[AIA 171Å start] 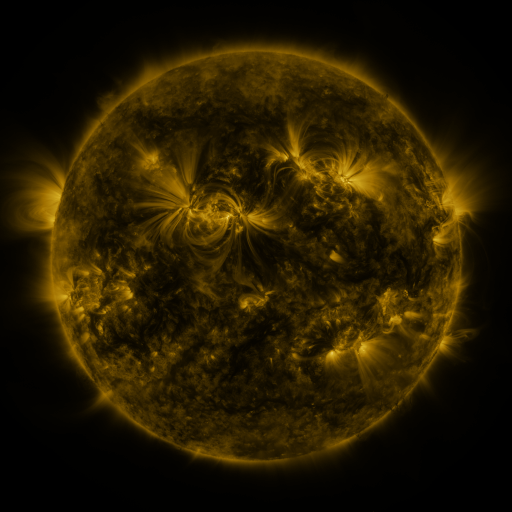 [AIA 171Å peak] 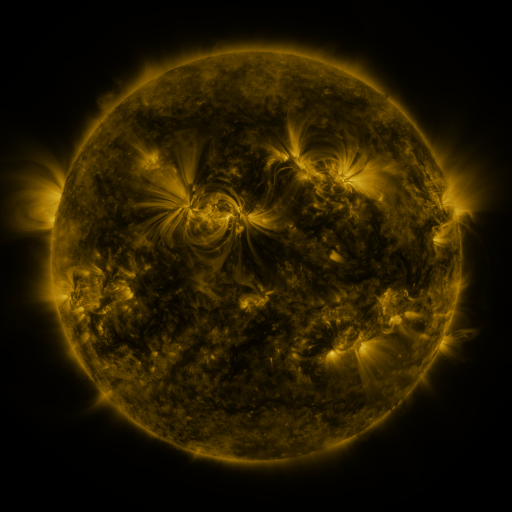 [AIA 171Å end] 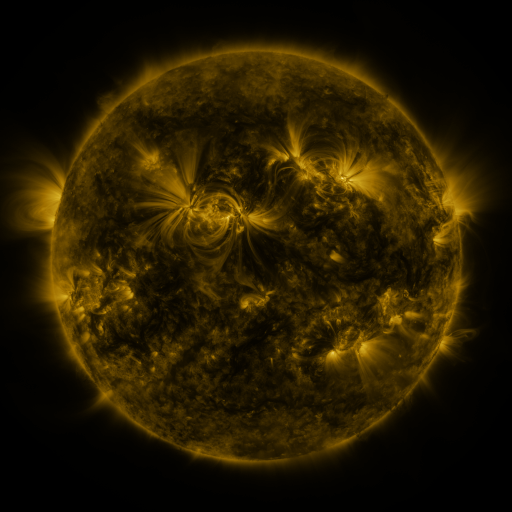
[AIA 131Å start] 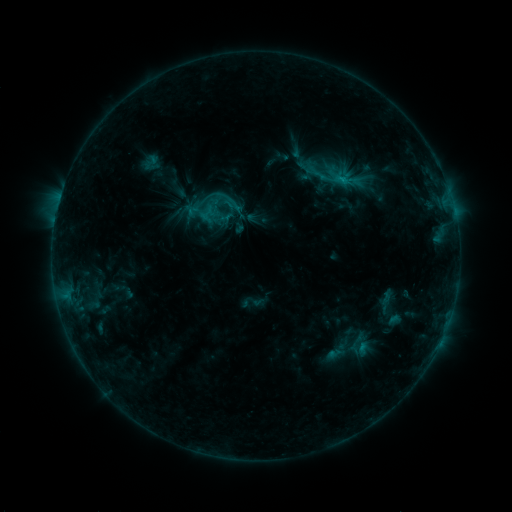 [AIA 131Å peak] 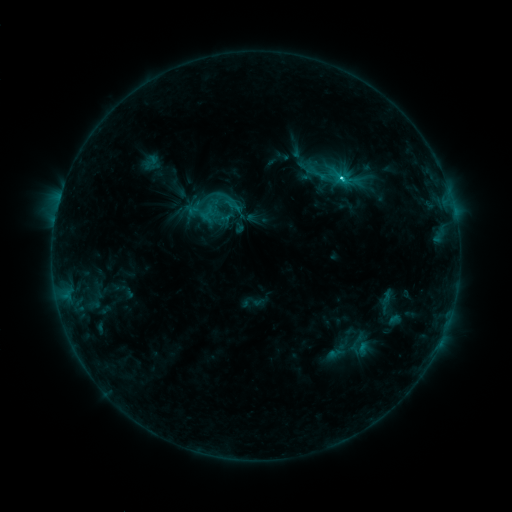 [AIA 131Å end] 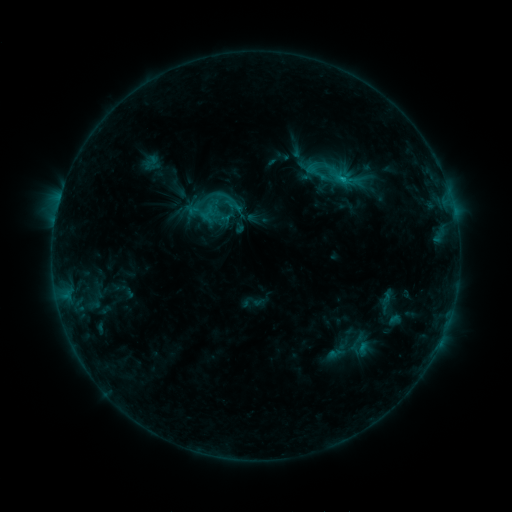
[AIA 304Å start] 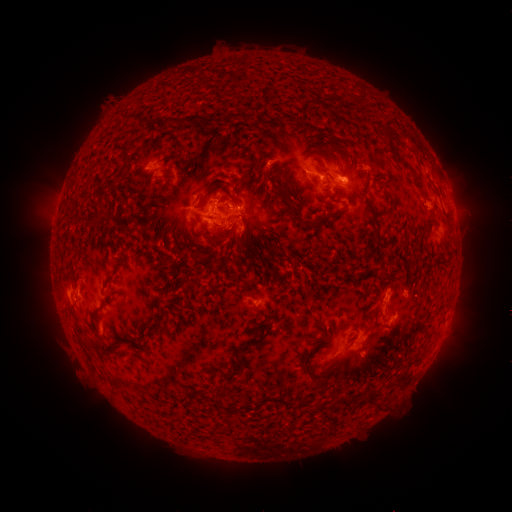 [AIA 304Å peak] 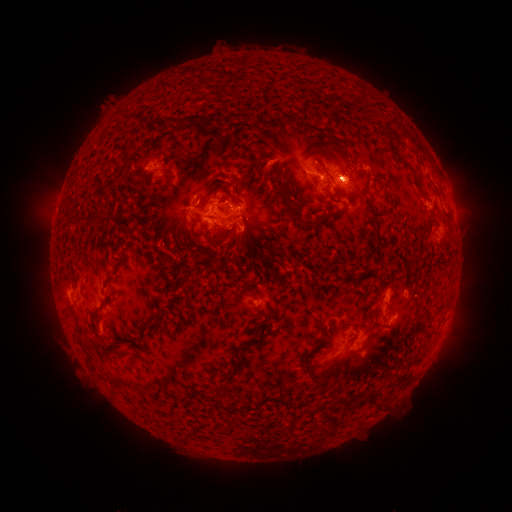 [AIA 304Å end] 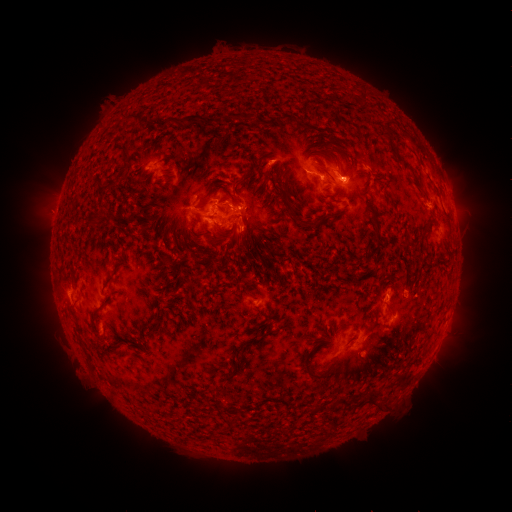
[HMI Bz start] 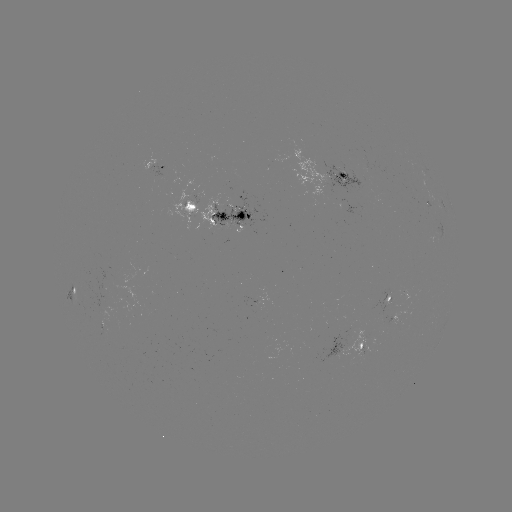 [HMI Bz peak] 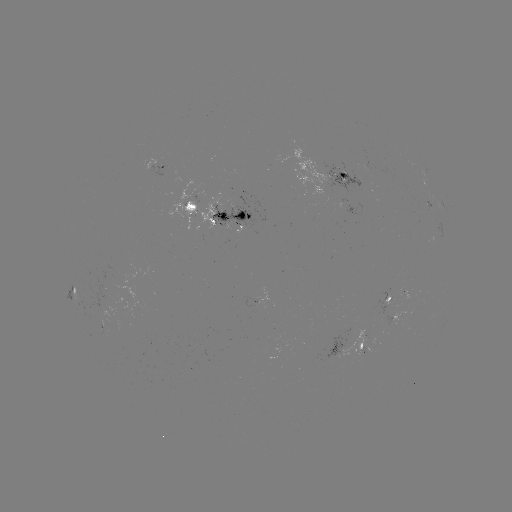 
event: flare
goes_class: C2.7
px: (341, 179)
